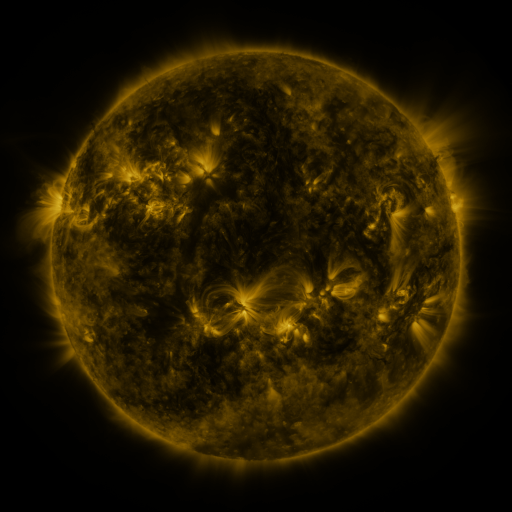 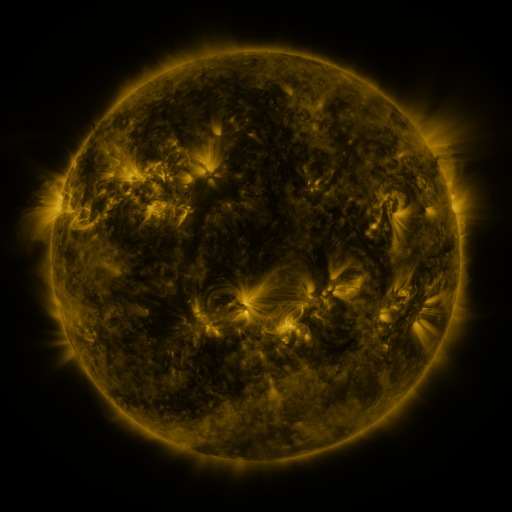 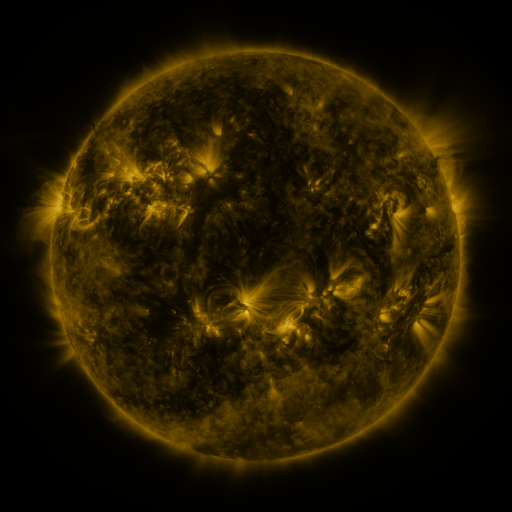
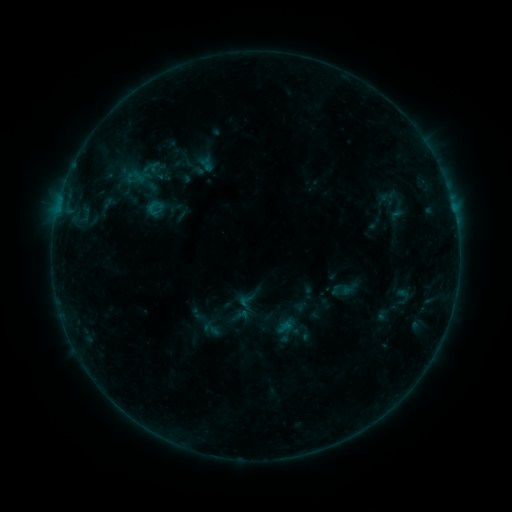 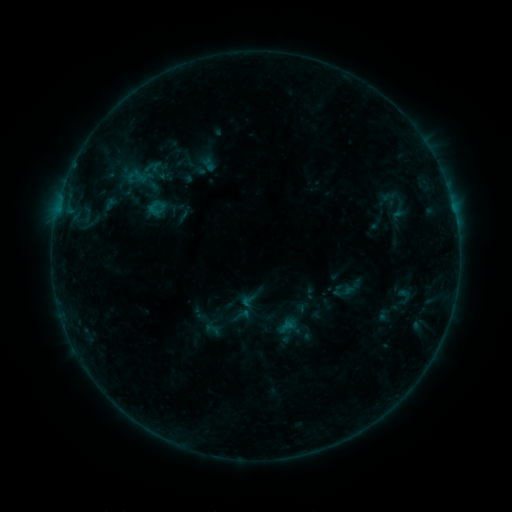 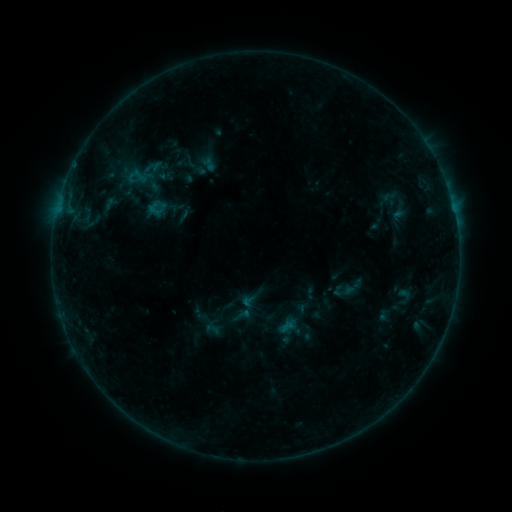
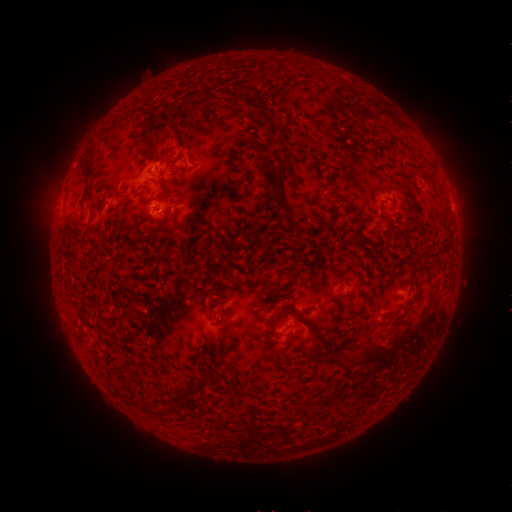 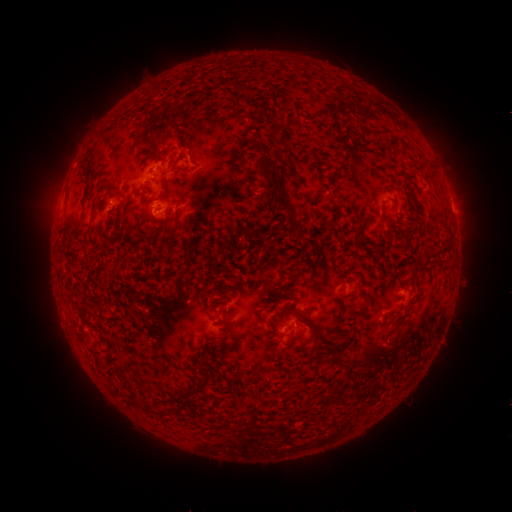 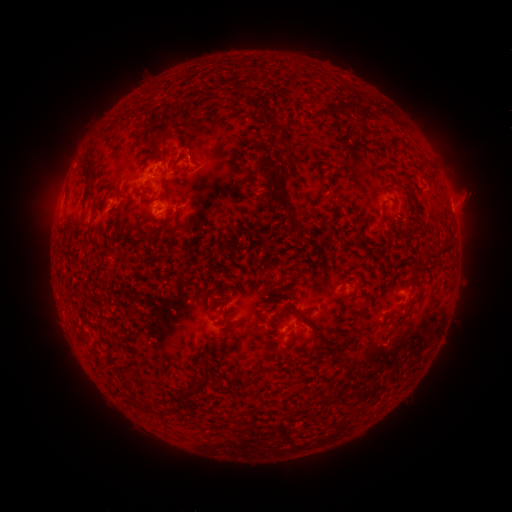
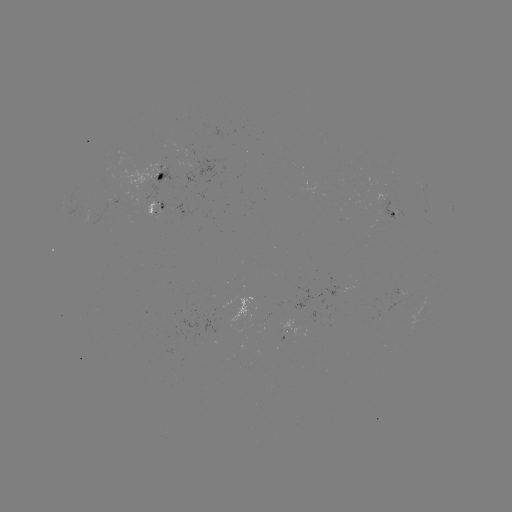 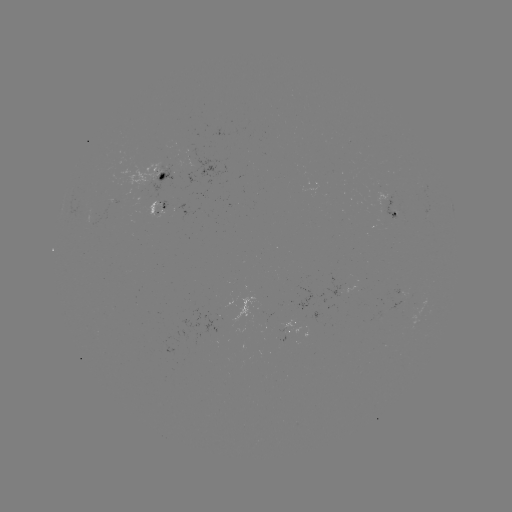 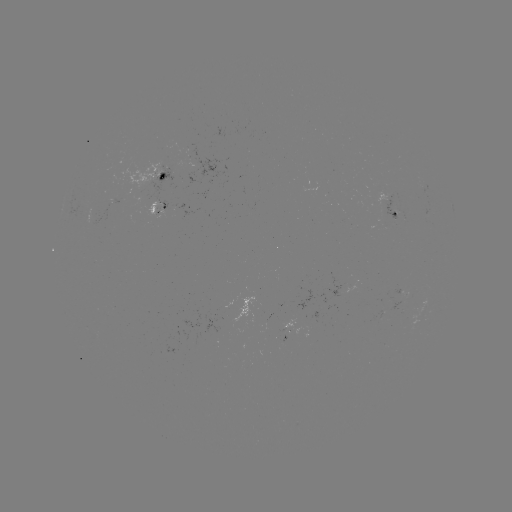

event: emerging-flux region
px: (392, 216)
